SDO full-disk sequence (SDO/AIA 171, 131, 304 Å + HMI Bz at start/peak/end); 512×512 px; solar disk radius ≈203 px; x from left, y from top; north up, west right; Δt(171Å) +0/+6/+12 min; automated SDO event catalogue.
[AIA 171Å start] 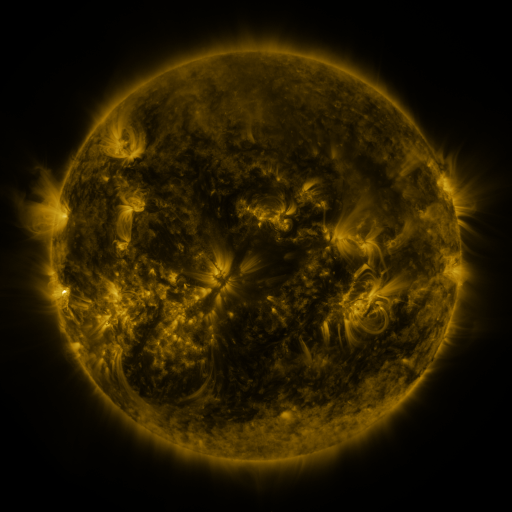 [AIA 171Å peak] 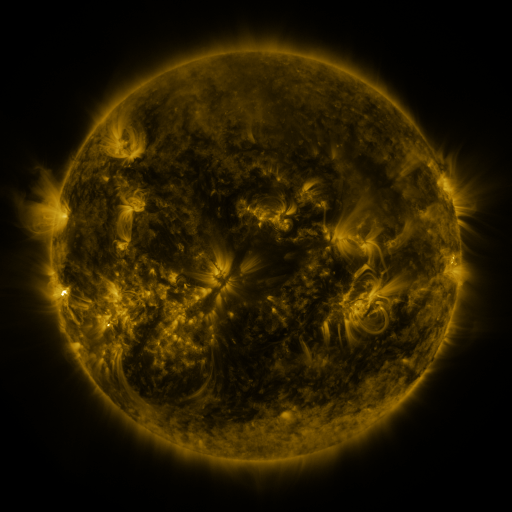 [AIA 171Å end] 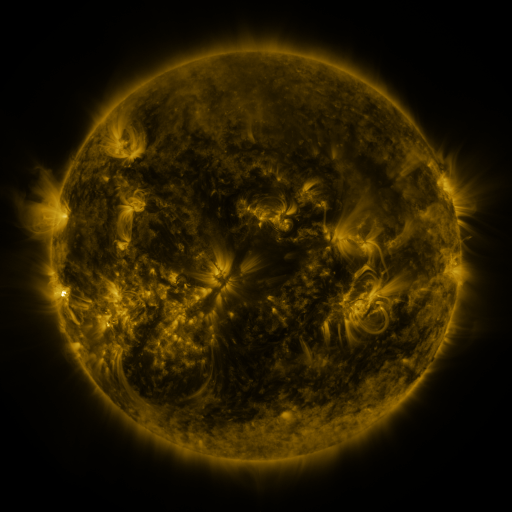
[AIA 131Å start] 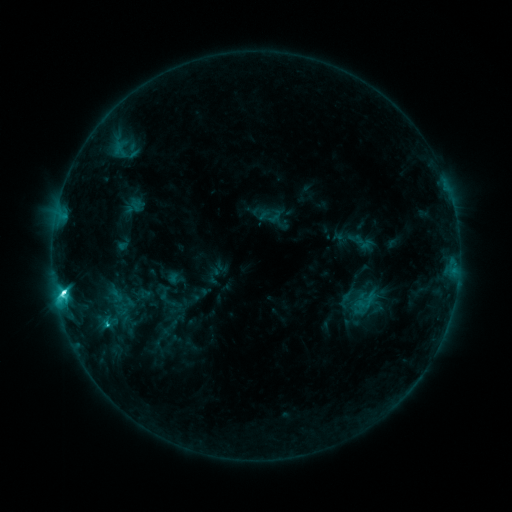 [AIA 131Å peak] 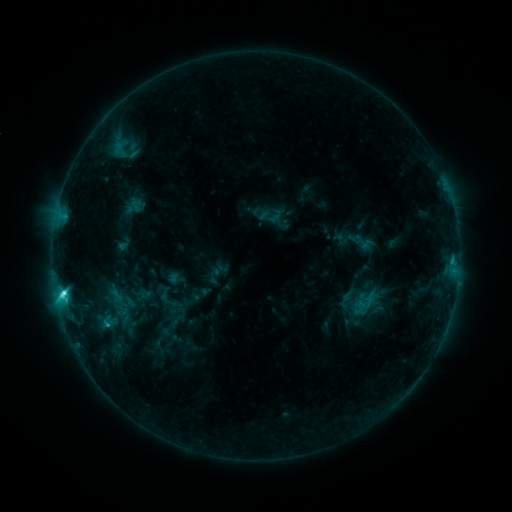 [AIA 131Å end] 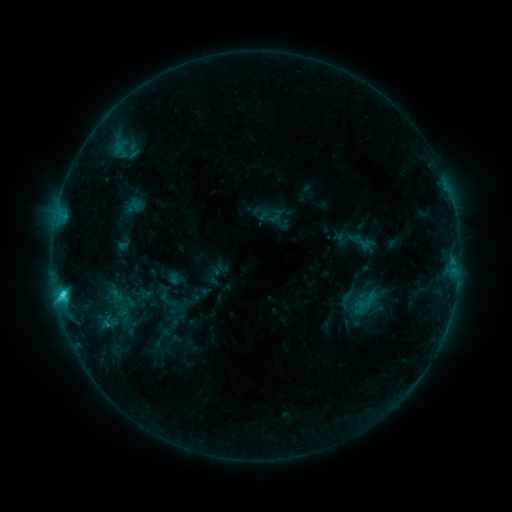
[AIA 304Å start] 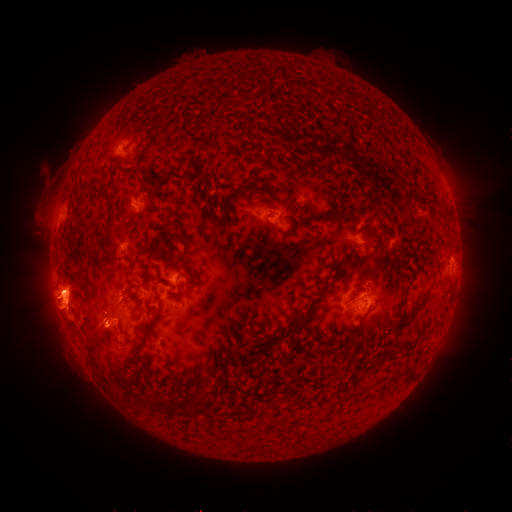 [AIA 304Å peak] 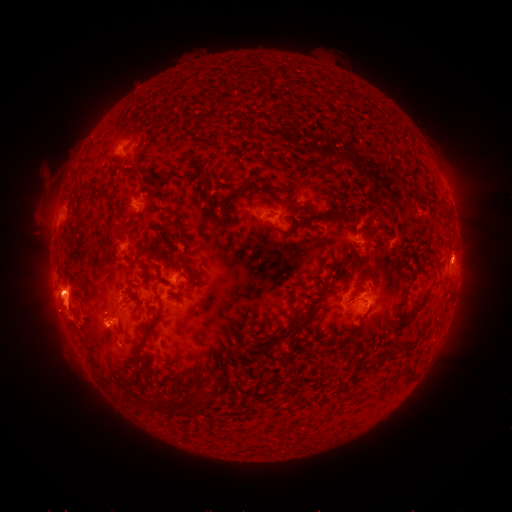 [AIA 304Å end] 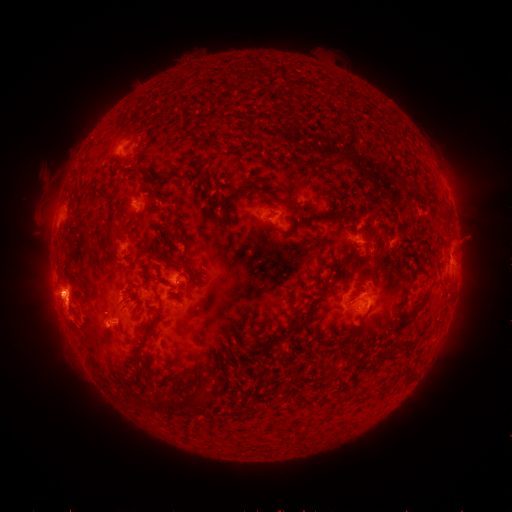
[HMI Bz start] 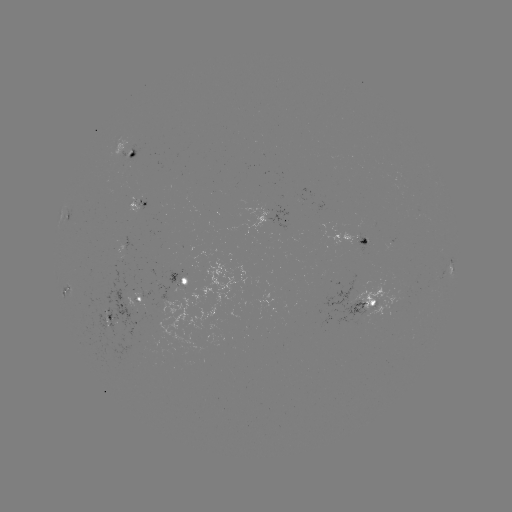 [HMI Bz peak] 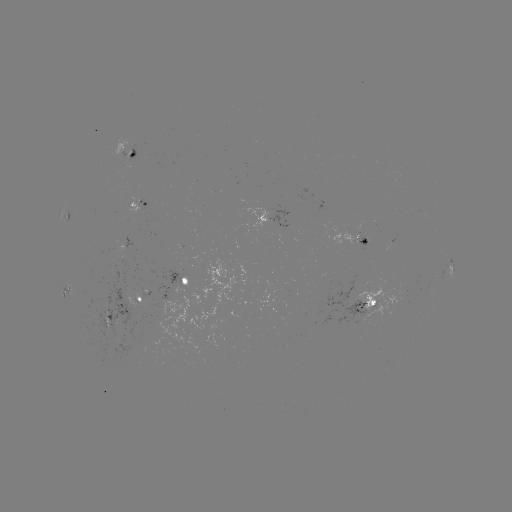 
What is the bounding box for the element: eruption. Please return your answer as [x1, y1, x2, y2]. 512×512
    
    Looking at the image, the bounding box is [433, 222, 485, 275].